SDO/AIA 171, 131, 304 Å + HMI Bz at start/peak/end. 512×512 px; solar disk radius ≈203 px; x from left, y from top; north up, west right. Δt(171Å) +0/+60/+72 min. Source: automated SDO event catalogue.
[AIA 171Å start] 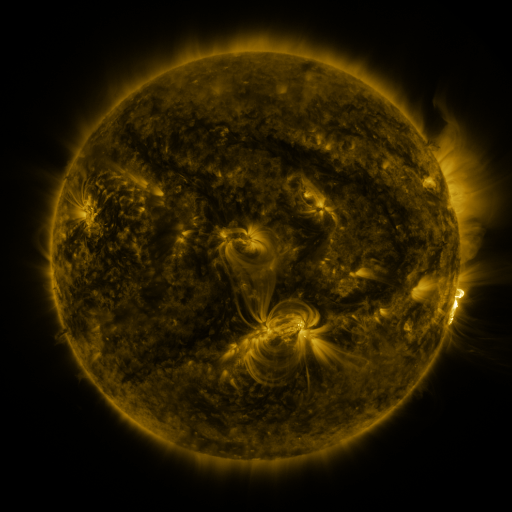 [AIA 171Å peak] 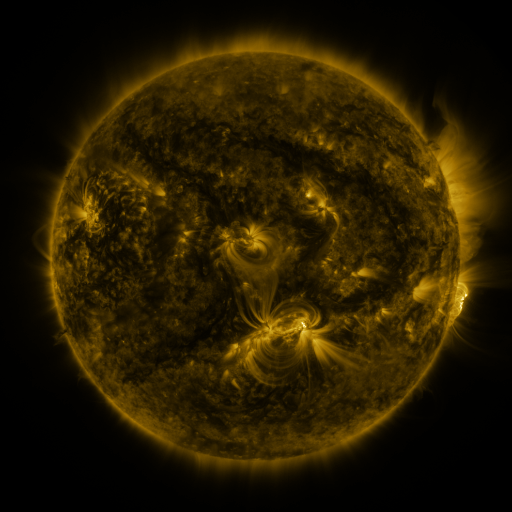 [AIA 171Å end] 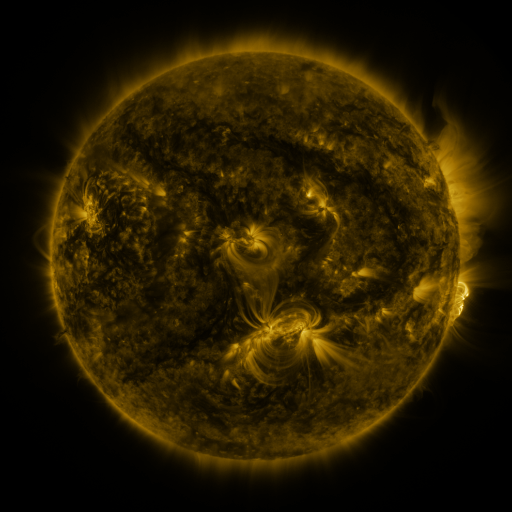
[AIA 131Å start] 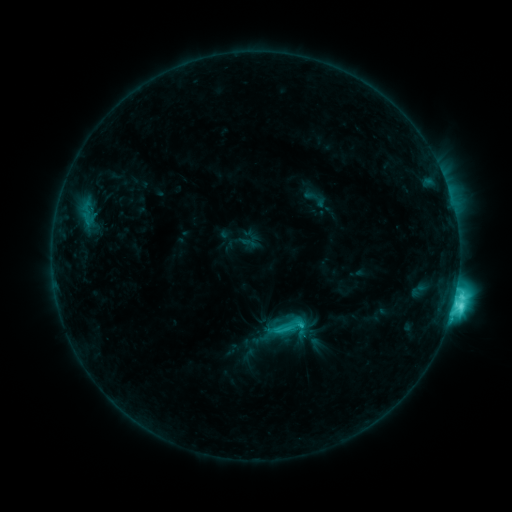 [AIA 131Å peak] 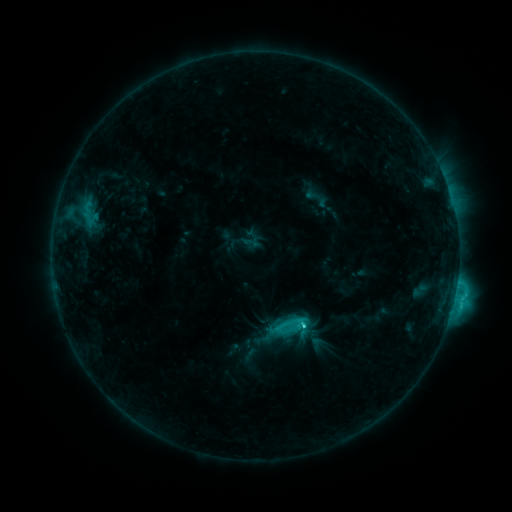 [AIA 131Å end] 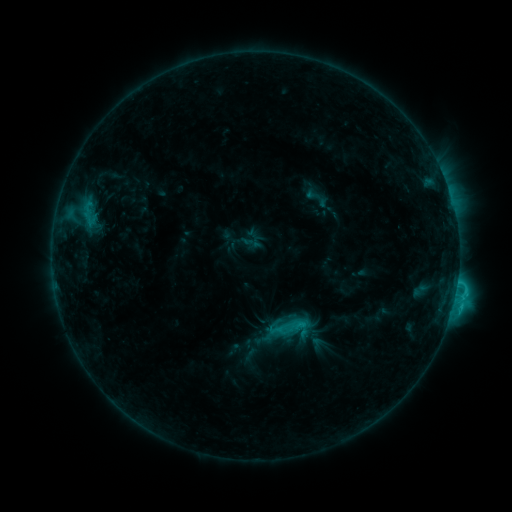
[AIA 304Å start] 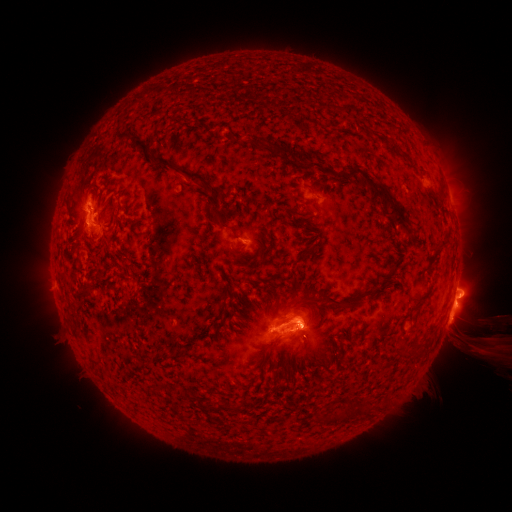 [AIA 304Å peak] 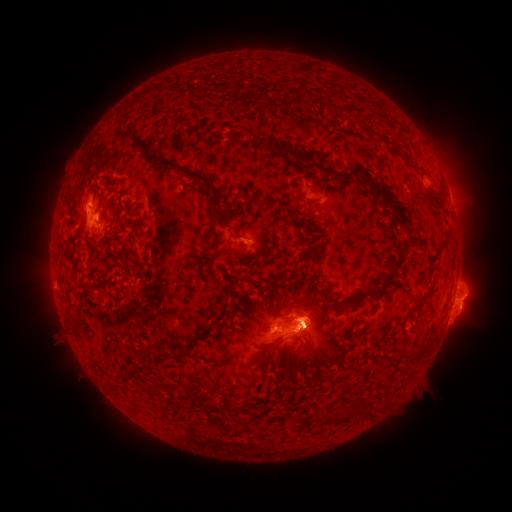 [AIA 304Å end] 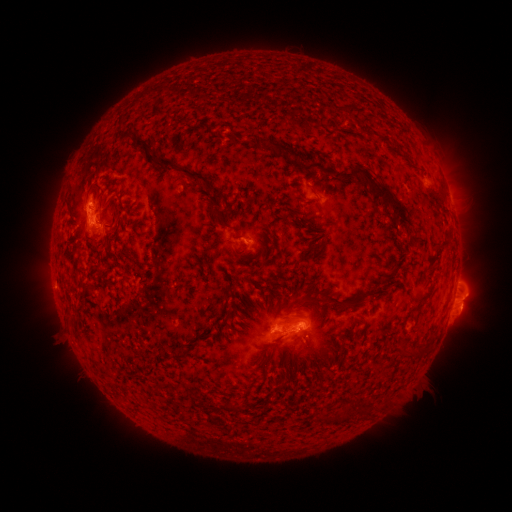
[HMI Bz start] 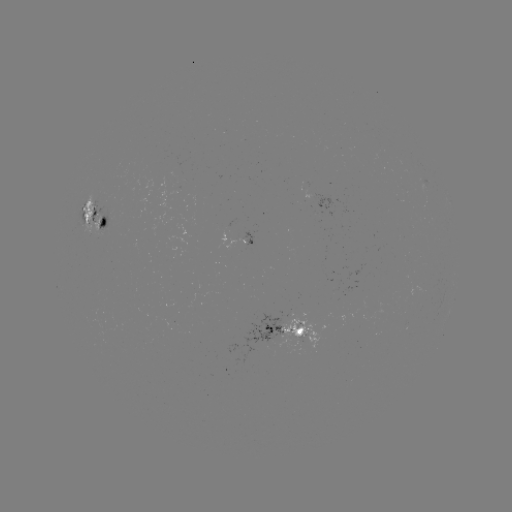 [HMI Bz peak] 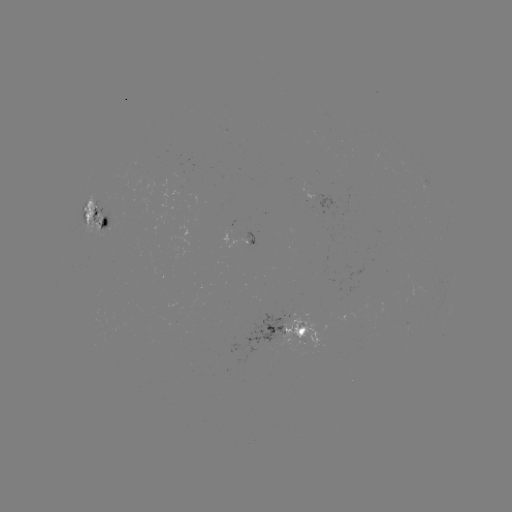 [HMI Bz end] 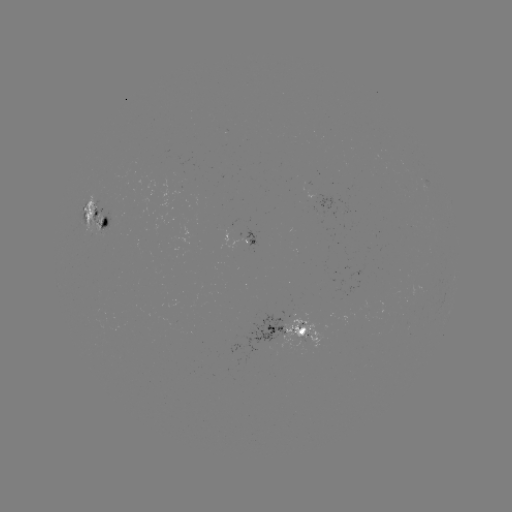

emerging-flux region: [291, 337, 304, 350]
